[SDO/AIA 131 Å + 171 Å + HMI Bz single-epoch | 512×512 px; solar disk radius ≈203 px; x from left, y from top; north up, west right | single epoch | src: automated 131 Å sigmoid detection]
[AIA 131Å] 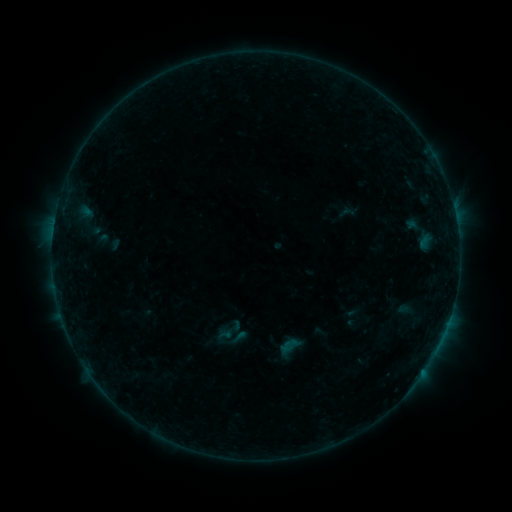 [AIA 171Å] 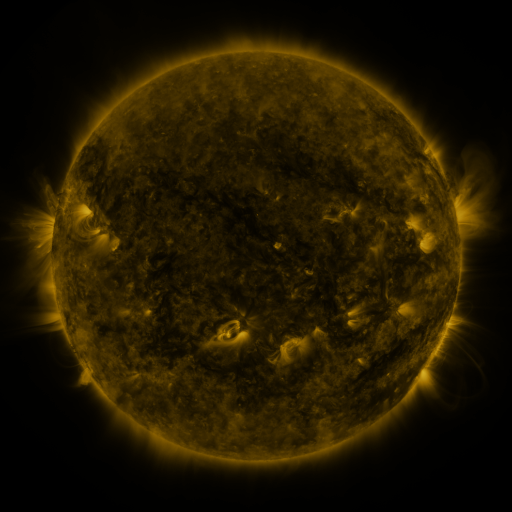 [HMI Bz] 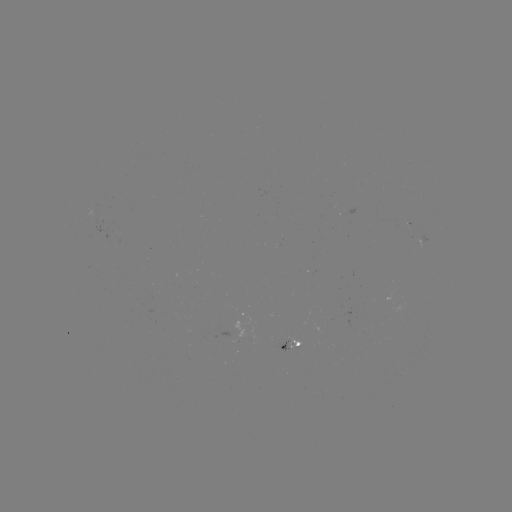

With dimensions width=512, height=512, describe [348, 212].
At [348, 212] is sigmoid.